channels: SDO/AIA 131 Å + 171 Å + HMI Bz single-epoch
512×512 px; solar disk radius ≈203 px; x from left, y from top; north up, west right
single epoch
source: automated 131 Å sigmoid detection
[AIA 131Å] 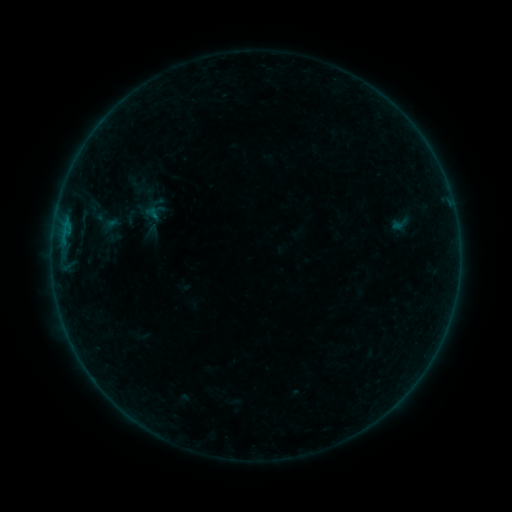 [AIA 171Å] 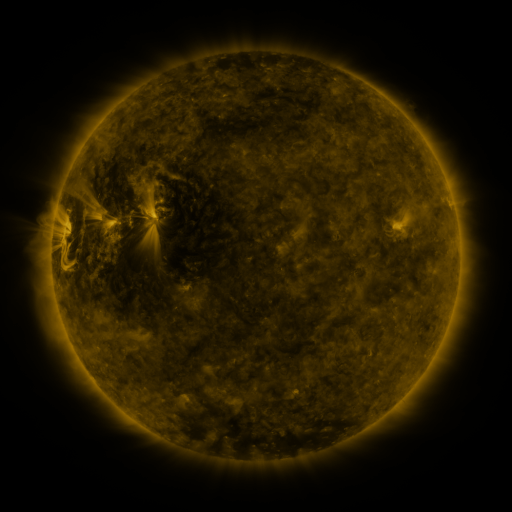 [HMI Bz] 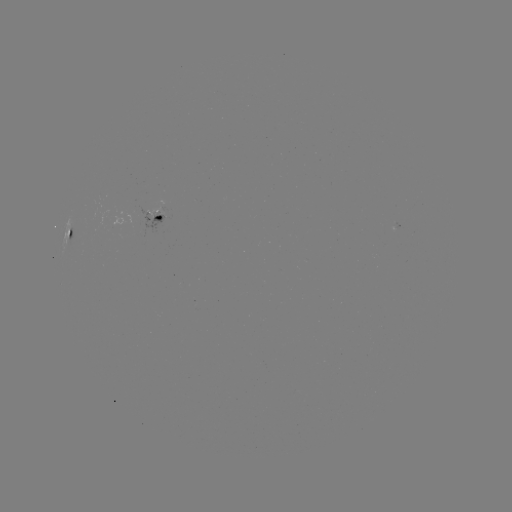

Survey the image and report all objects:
sigmoid: <bbox>388, 213, 410, 234</bbox>
